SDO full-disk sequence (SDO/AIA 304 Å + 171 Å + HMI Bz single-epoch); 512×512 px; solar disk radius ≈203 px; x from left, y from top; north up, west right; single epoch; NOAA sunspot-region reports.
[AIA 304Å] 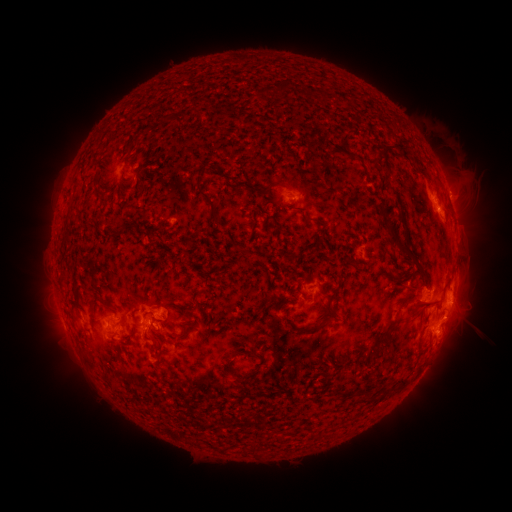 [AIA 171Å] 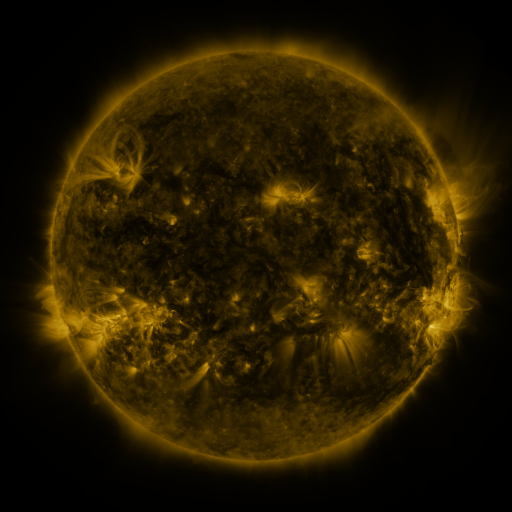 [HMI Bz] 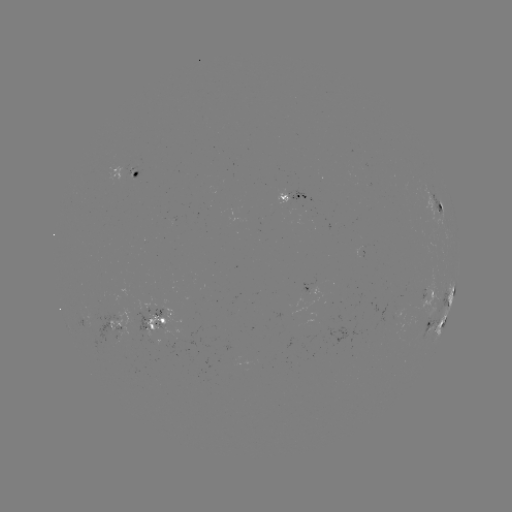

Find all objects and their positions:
spotted active region: (126, 175)
spotted active region: (293, 199)
spotted active region: (436, 204)
spotted active region: (454, 213)
spotted active region: (364, 255)
spotted active region: (314, 290)
spotted active region: (429, 292)
spotted active region: (451, 295)
spotted active region: (159, 321)
spotted active region: (117, 324)
spotted active region: (436, 326)
